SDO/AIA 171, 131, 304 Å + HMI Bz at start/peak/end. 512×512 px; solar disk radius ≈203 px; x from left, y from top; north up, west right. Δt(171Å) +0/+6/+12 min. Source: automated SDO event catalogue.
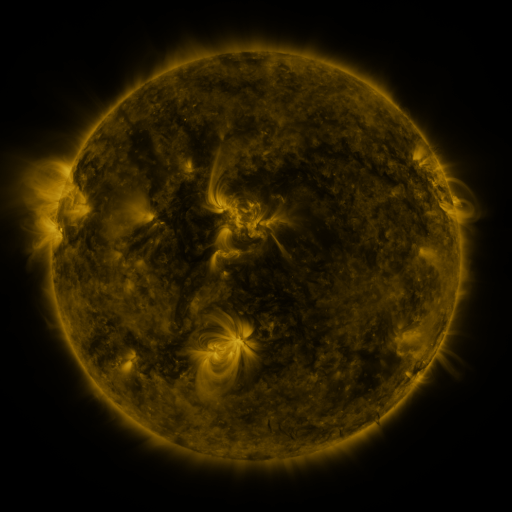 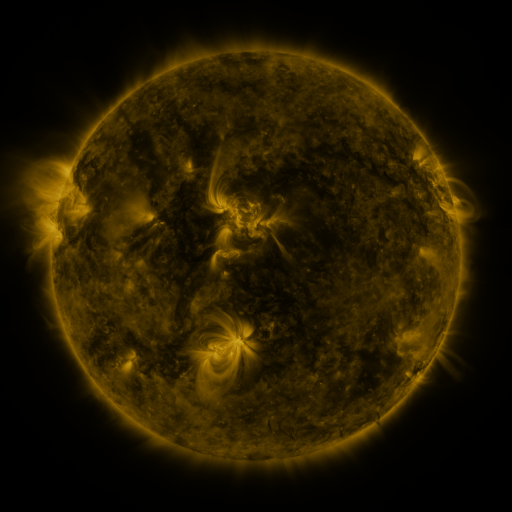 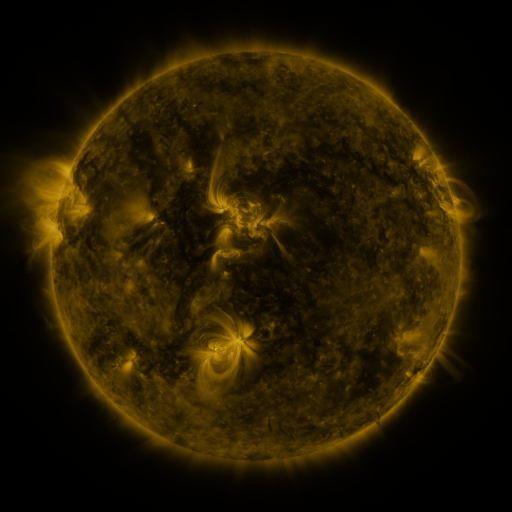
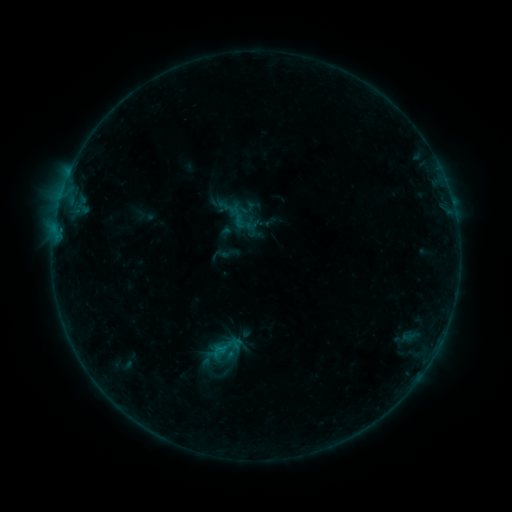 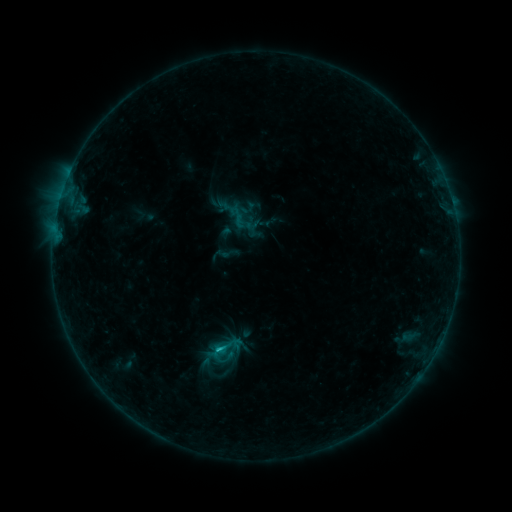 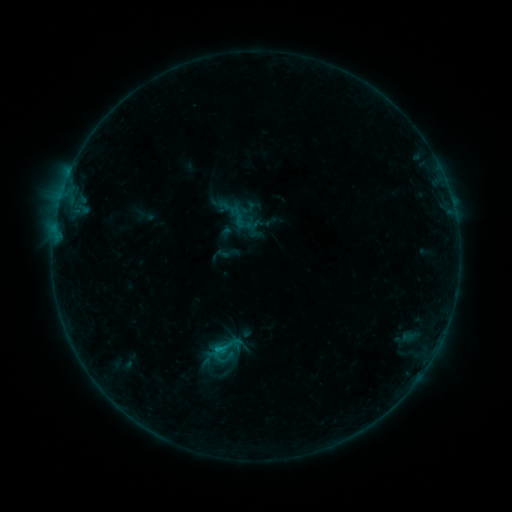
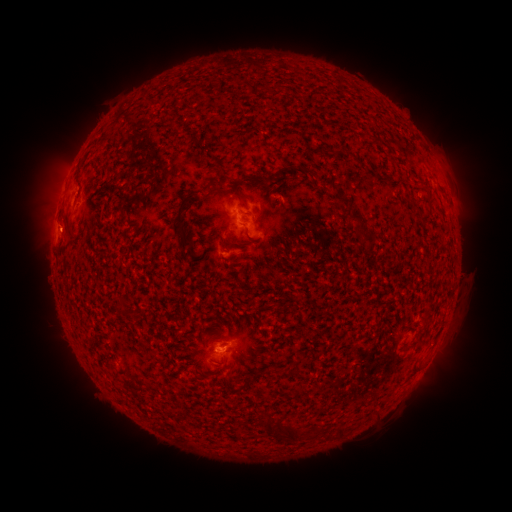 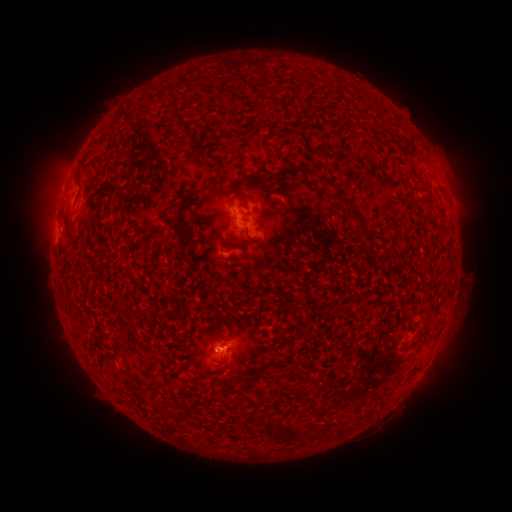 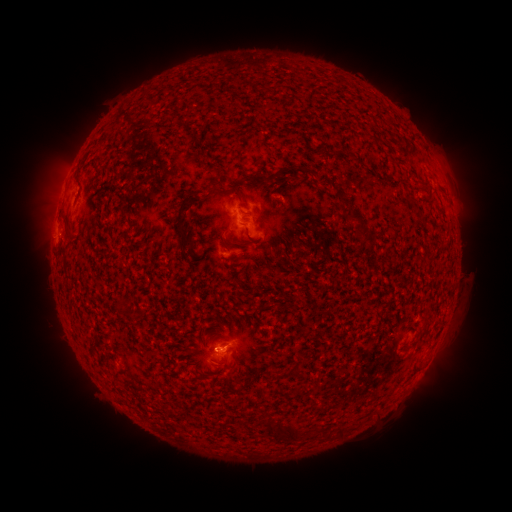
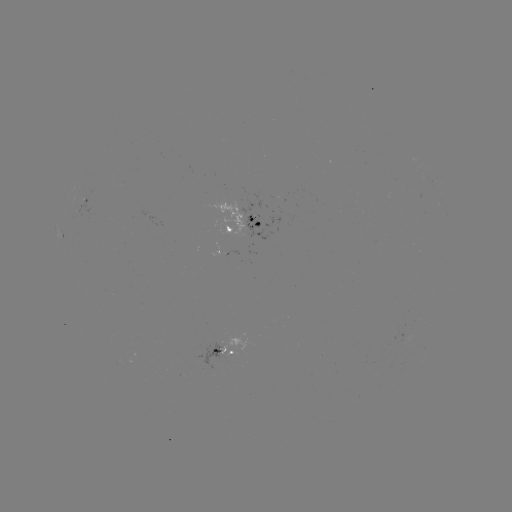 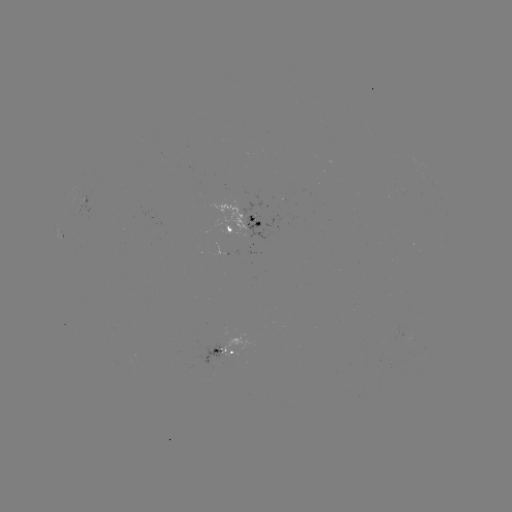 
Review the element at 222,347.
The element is B6.1 flare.